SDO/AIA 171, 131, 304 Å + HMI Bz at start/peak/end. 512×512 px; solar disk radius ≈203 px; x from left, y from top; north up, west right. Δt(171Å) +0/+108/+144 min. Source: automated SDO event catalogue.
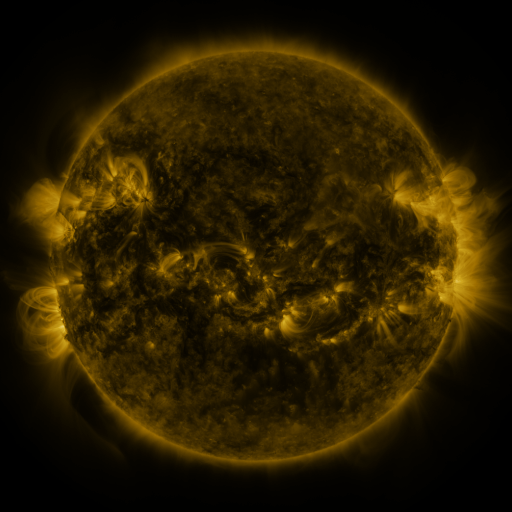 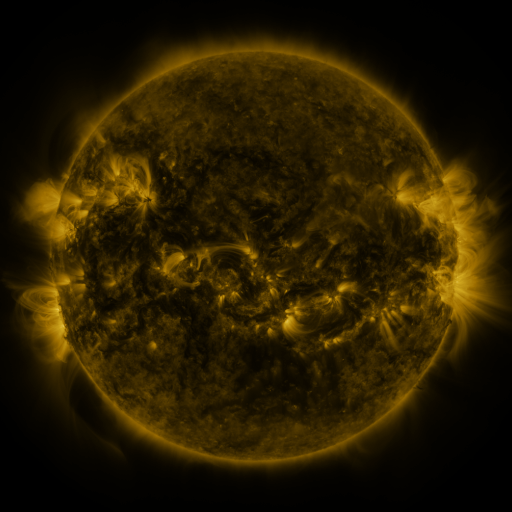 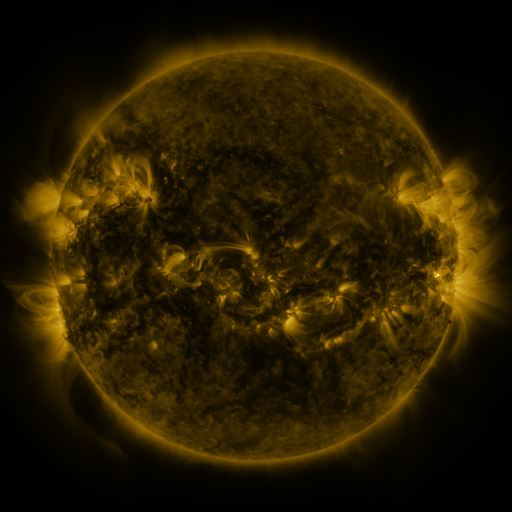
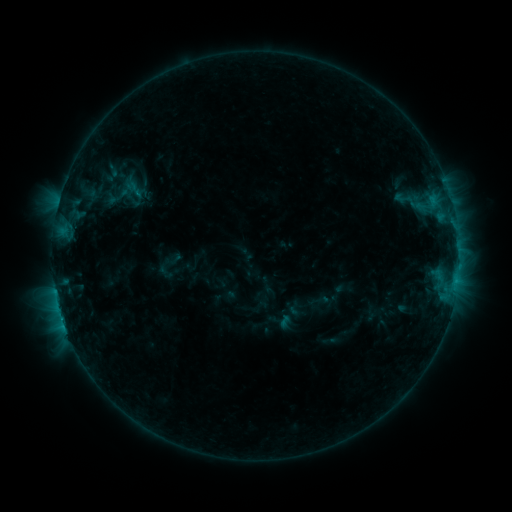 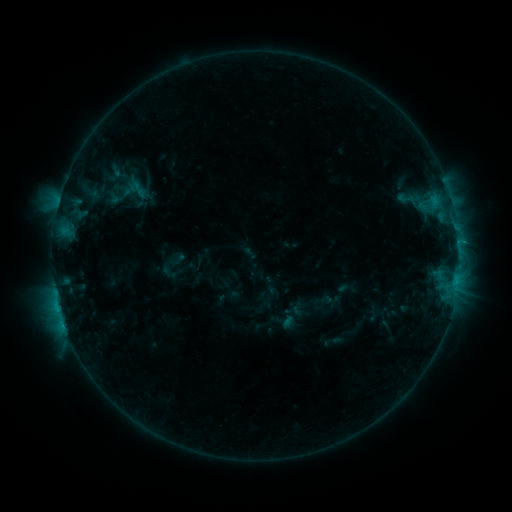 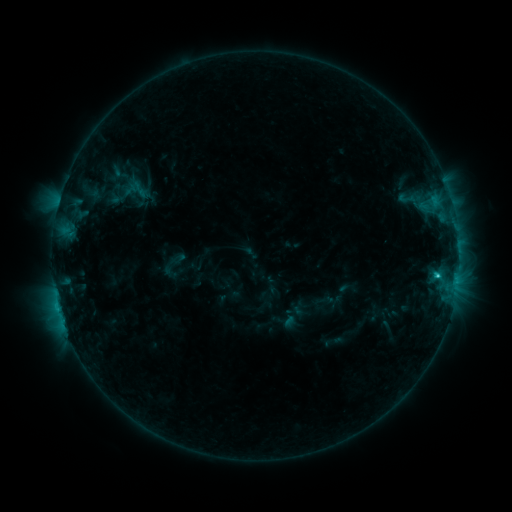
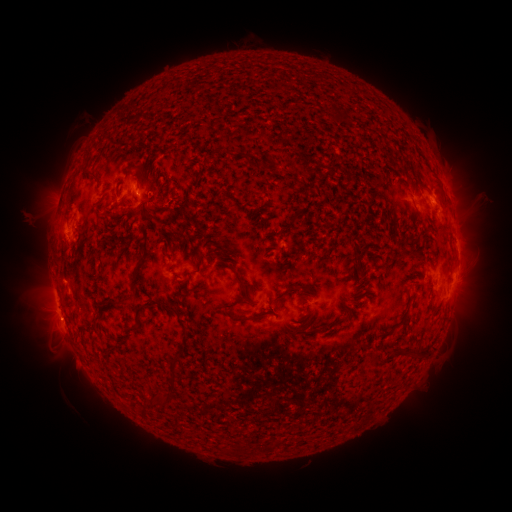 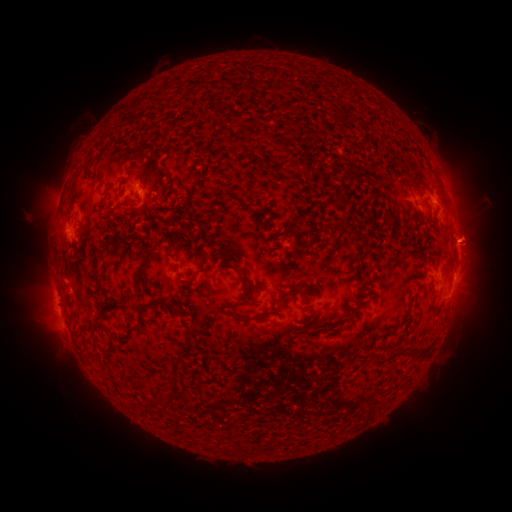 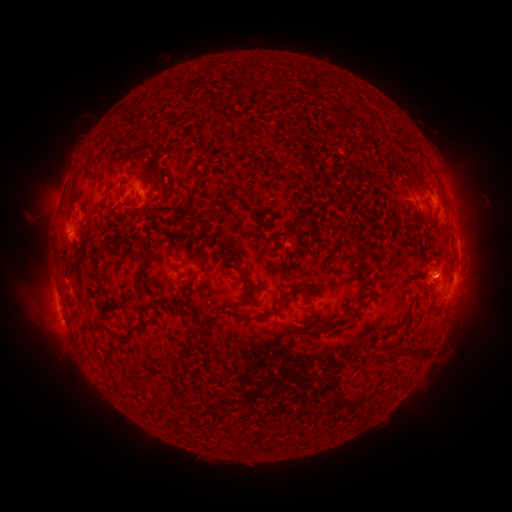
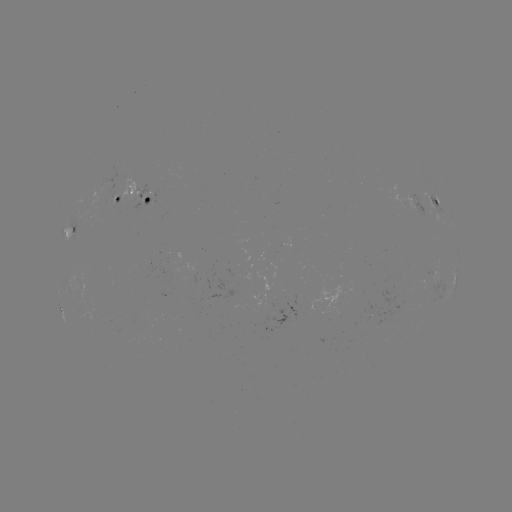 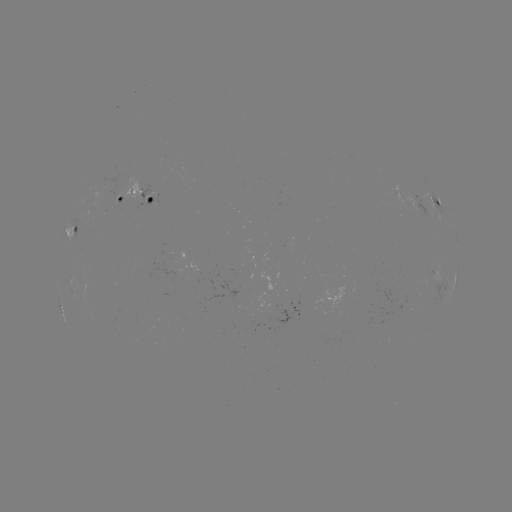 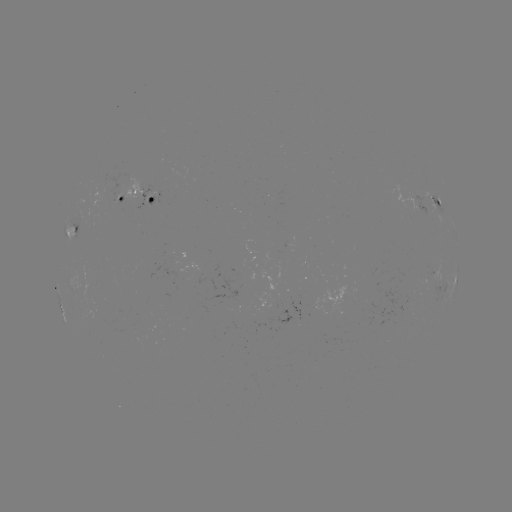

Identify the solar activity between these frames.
emerging-flux region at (195, 270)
